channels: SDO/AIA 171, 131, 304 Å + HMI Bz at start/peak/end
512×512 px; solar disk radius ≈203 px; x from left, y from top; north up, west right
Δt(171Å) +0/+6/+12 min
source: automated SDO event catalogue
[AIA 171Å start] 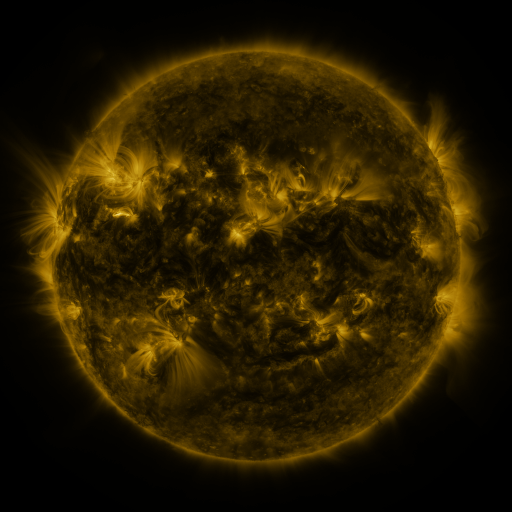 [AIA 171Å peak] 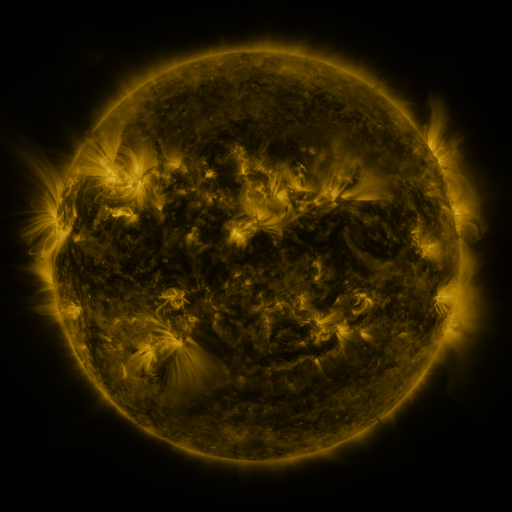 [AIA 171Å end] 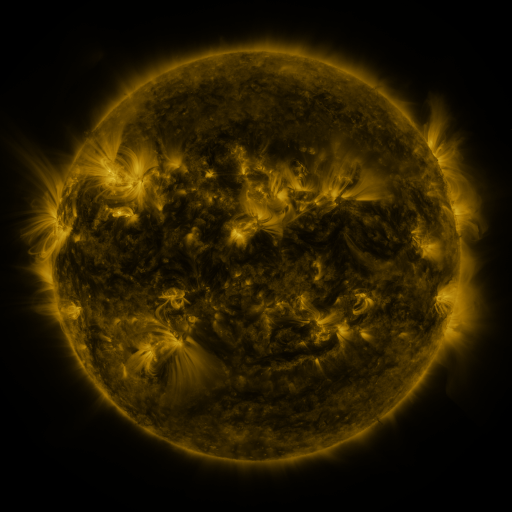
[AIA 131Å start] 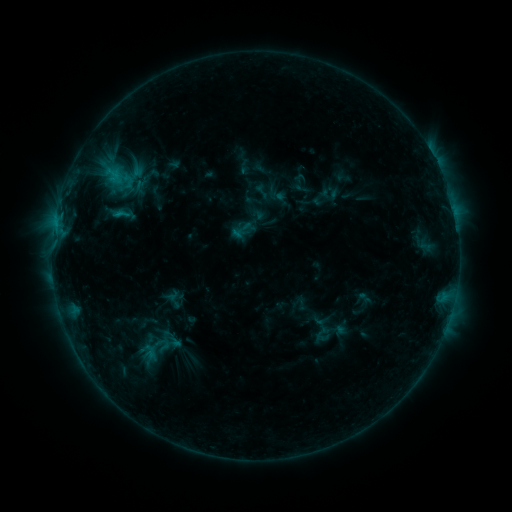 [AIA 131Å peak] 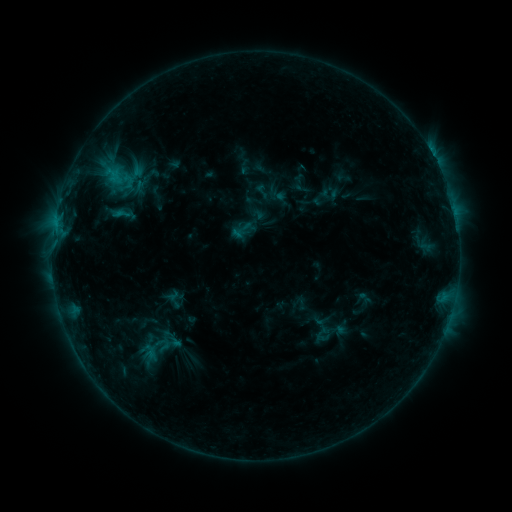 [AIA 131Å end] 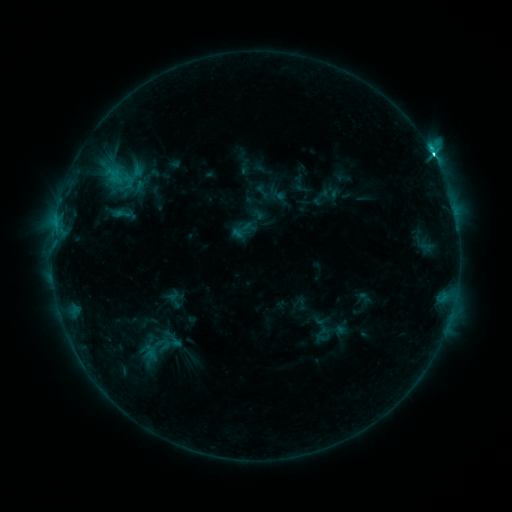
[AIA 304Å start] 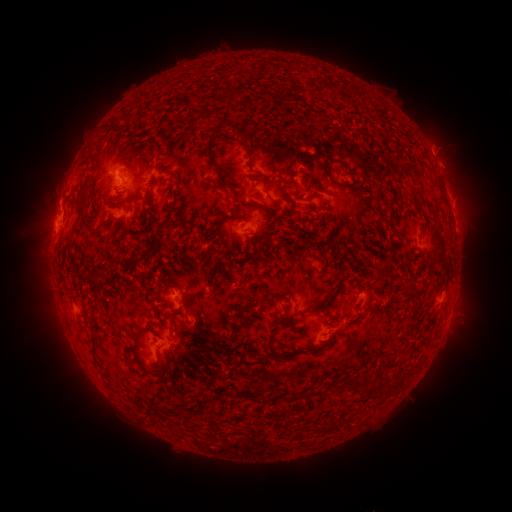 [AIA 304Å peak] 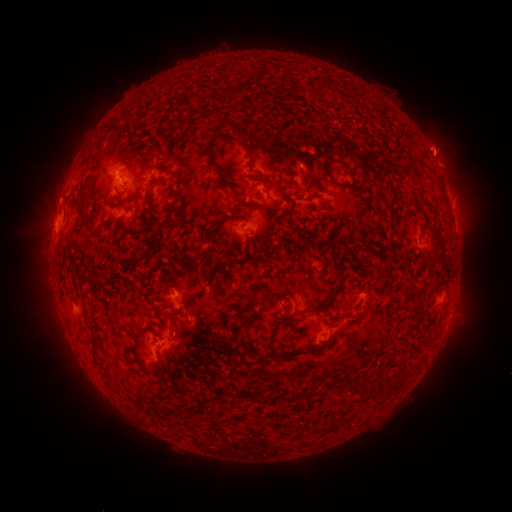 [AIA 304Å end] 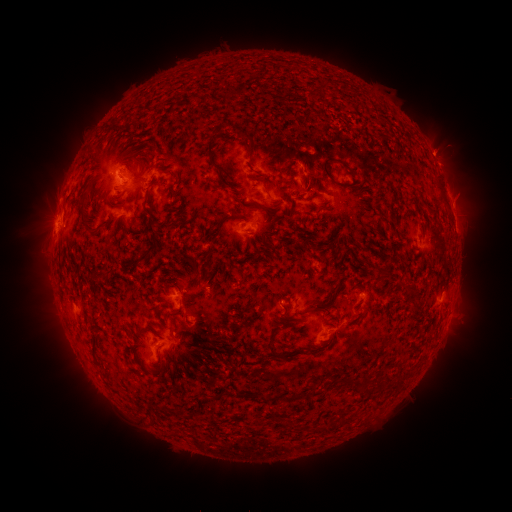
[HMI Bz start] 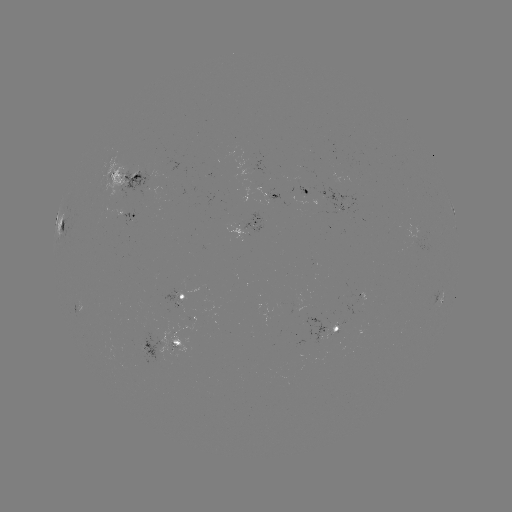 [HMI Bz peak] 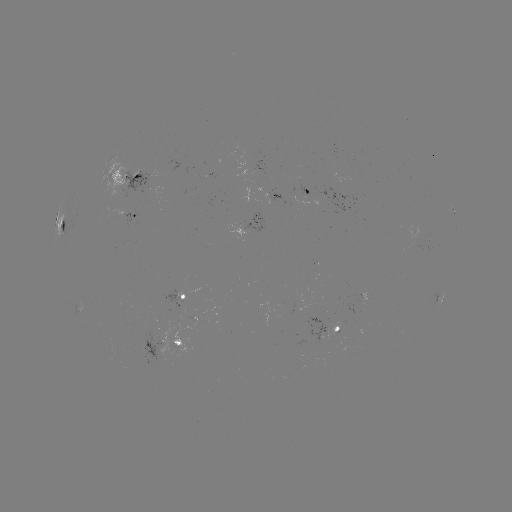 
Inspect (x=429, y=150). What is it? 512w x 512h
C4.0 flare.